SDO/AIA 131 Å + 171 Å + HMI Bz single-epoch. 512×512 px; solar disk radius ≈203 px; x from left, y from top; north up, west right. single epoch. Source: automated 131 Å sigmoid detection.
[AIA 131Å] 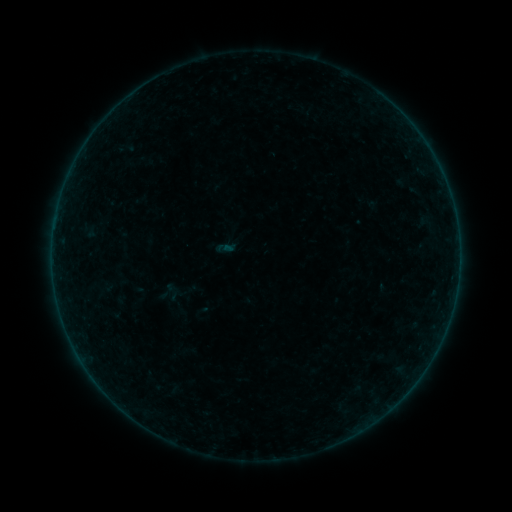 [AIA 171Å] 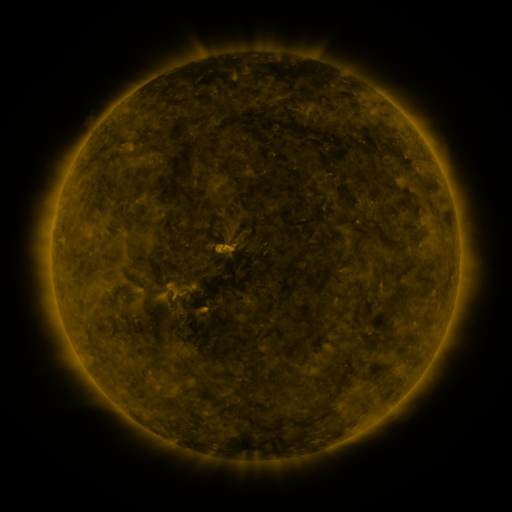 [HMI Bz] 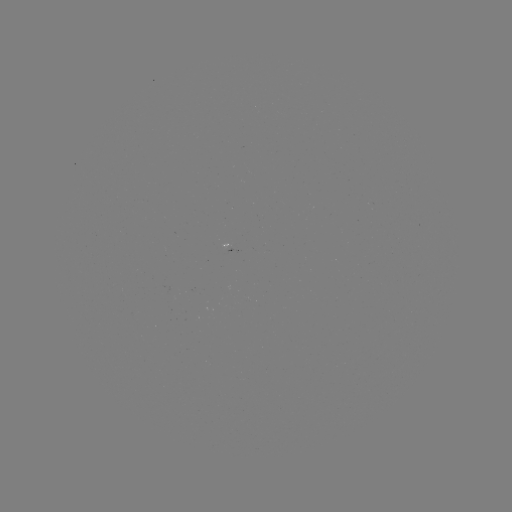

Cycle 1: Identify sigmoid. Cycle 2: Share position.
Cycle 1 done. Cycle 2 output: [172, 292].